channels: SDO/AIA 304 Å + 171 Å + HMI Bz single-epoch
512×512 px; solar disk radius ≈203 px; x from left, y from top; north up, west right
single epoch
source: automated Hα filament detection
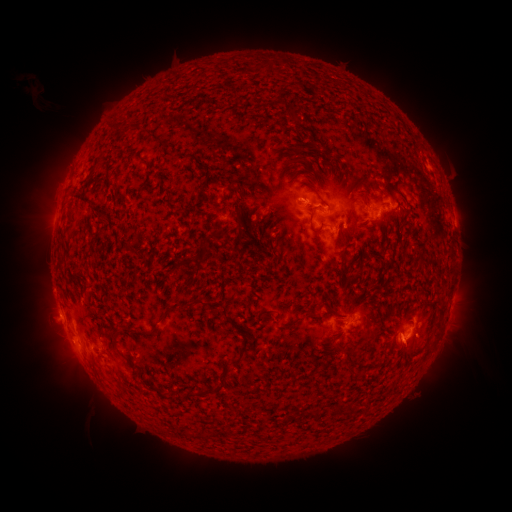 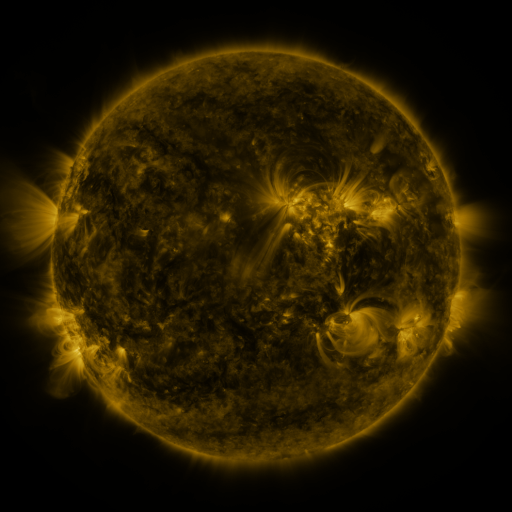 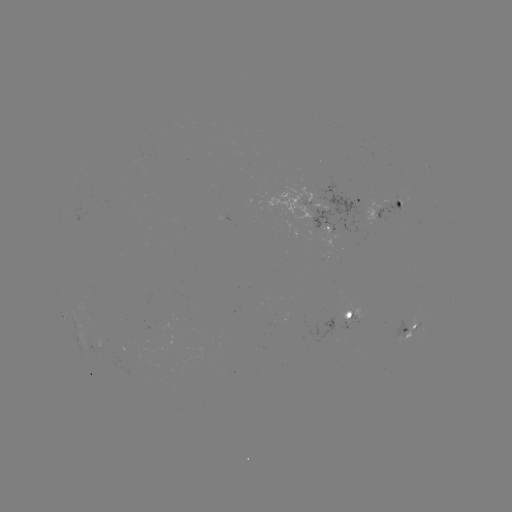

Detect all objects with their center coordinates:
filament: (137, 158, 147, 166)
filament: (314, 191, 330, 208)
filament: (65, 212, 72, 225)
filament: (309, 221, 324, 233)
filament: (214, 227, 231, 242)
filament: (341, 252, 349, 262)
filament: (175, 260, 187, 270)
filament: (189, 298, 207, 307)
filament: (435, 300, 448, 315)
filament: (328, 304, 344, 317)
filament: (222, 308, 229, 318)
filament: (285, 309, 318, 328)
filament: (150, 314, 167, 336)
filament: (111, 328, 120, 339)
filament: (230, 337, 253, 366)
filament: (201, 385, 221, 396)
filament: (156, 389, 176, 401)
filament: (336, 404, 359, 415)
filament: (305, 408, 322, 418)
filament: (287, 413, 296, 422)
